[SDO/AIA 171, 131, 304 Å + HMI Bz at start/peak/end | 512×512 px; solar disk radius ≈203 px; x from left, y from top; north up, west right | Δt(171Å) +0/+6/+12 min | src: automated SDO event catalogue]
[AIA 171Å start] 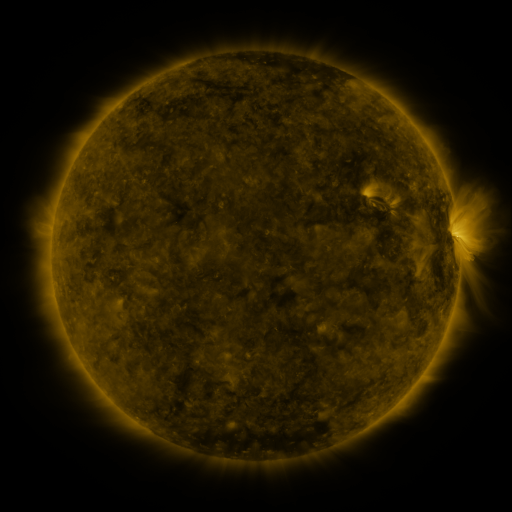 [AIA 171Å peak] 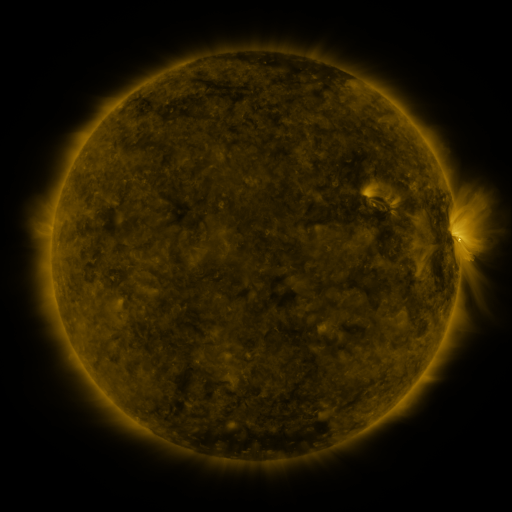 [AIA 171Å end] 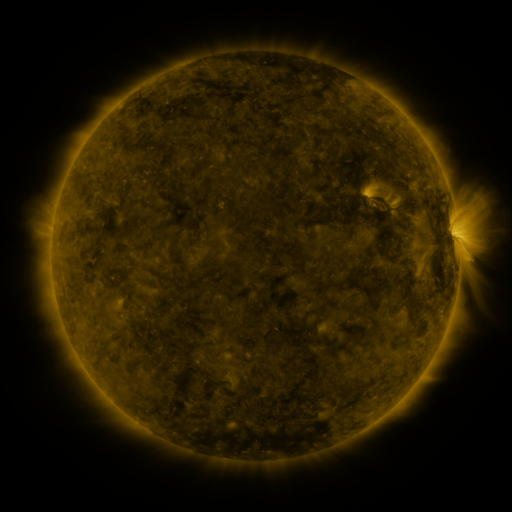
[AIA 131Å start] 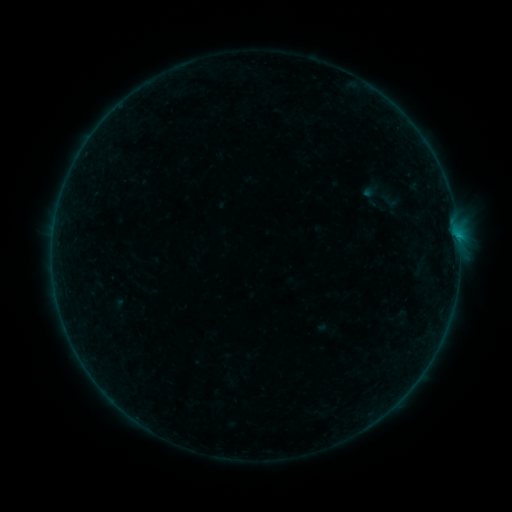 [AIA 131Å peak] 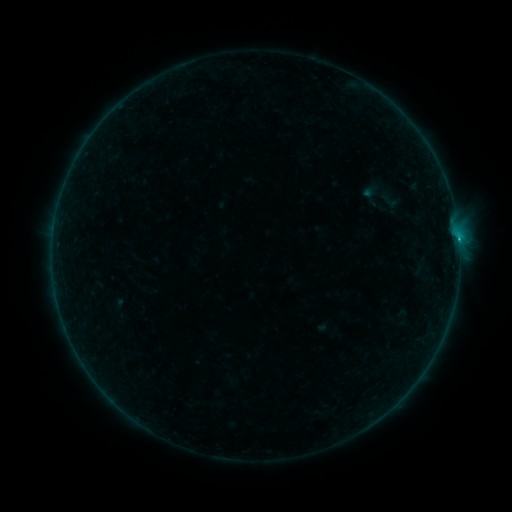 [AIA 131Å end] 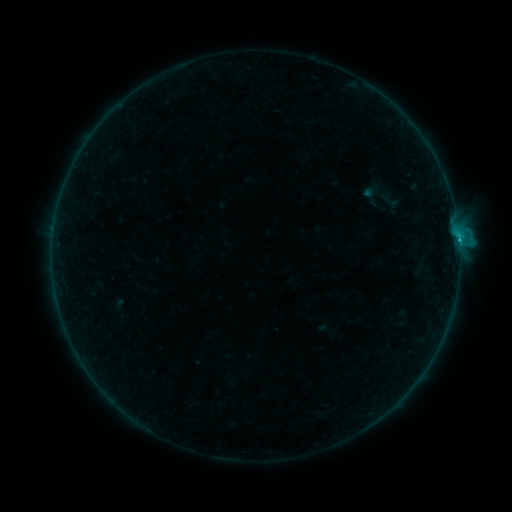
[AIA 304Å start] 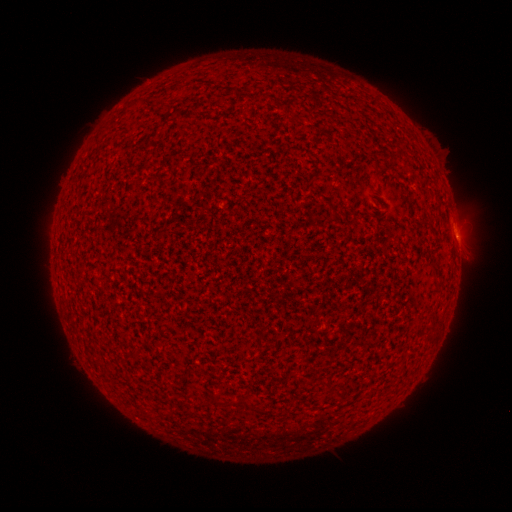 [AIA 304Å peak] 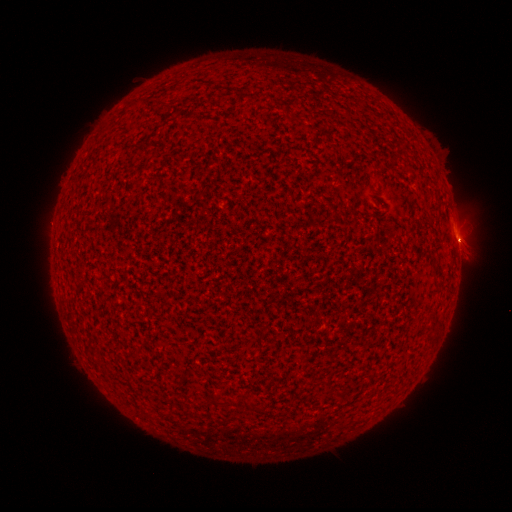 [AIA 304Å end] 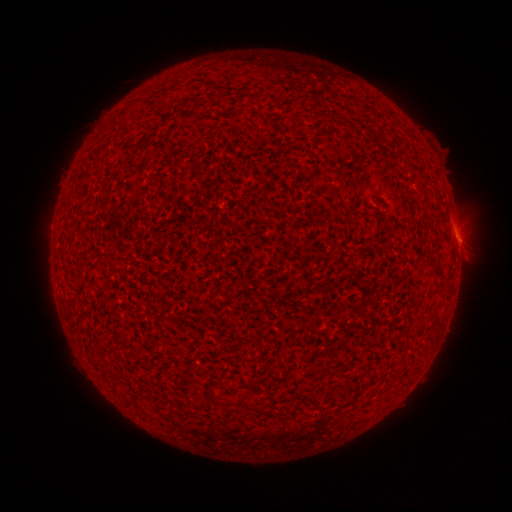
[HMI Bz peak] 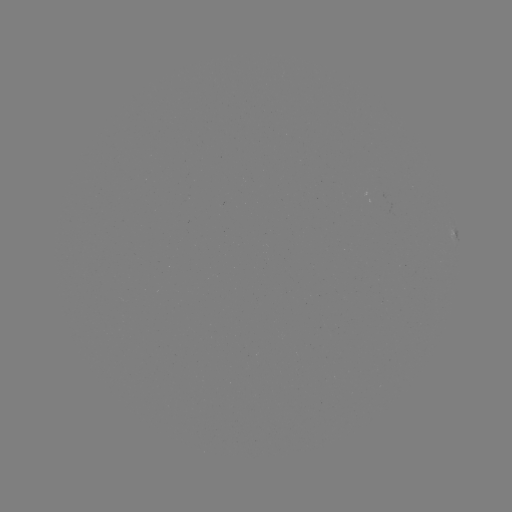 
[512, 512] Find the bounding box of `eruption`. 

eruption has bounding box [434, 213, 487, 269].